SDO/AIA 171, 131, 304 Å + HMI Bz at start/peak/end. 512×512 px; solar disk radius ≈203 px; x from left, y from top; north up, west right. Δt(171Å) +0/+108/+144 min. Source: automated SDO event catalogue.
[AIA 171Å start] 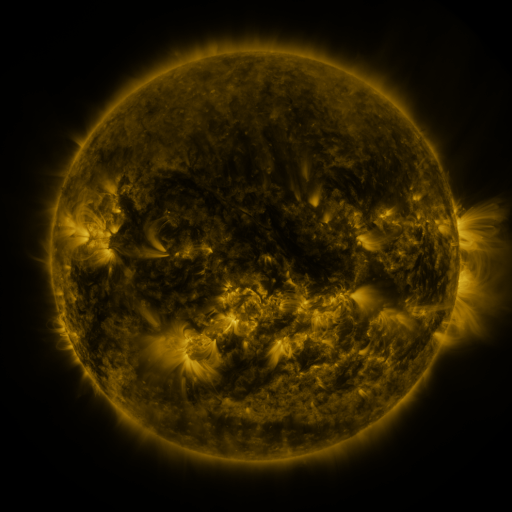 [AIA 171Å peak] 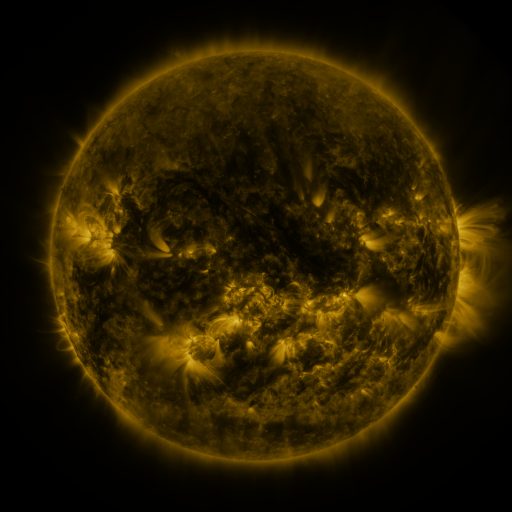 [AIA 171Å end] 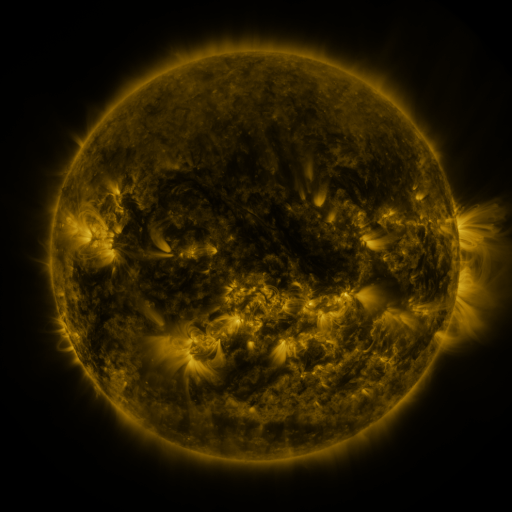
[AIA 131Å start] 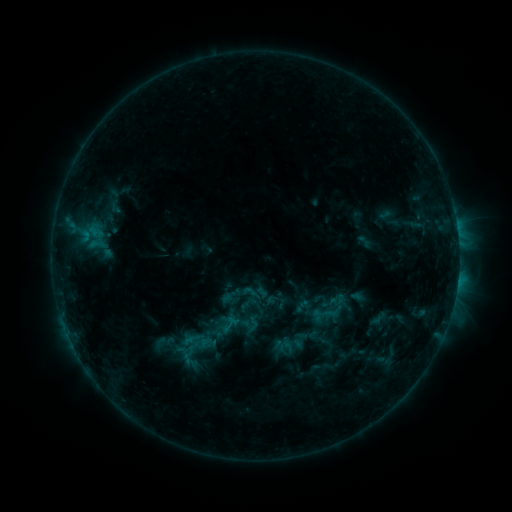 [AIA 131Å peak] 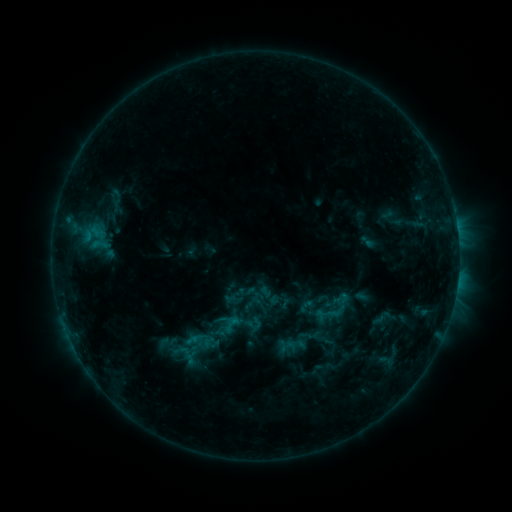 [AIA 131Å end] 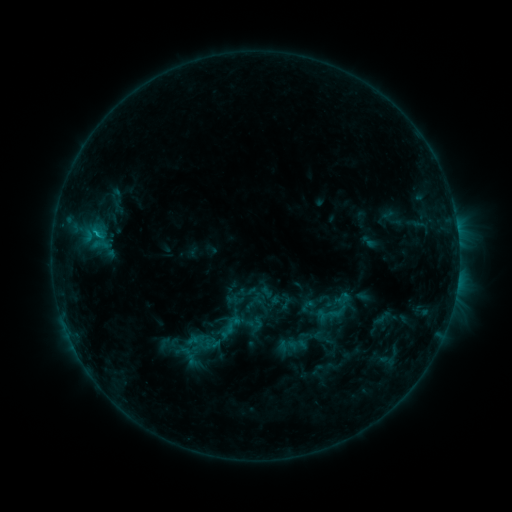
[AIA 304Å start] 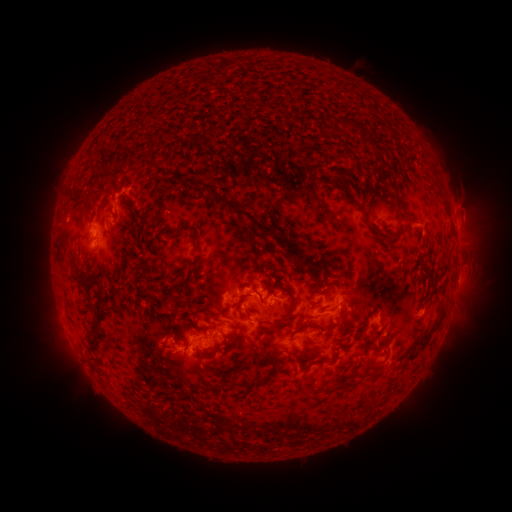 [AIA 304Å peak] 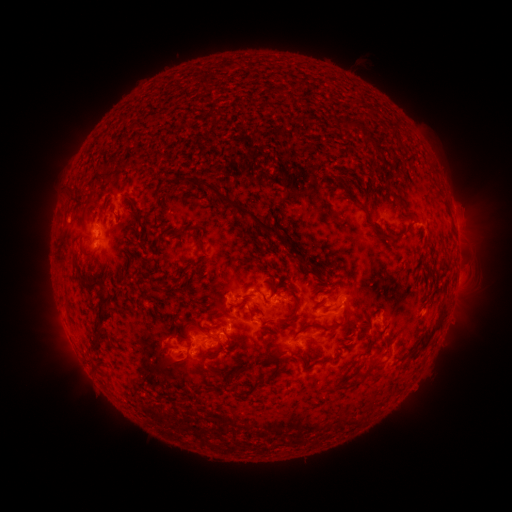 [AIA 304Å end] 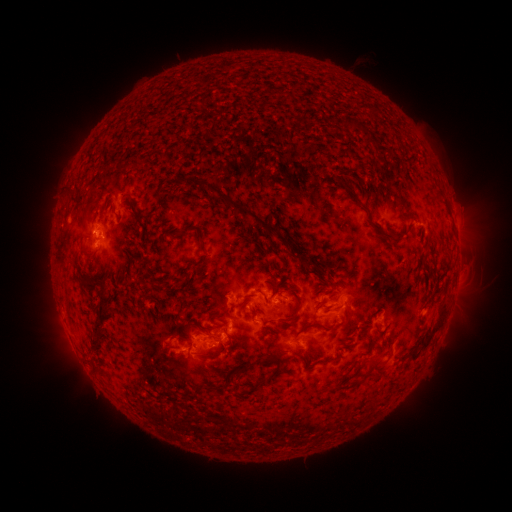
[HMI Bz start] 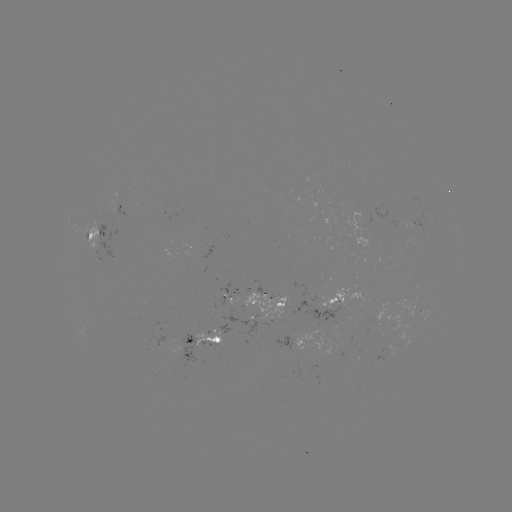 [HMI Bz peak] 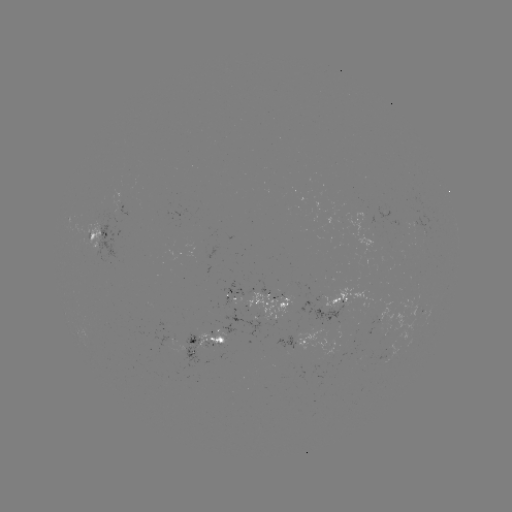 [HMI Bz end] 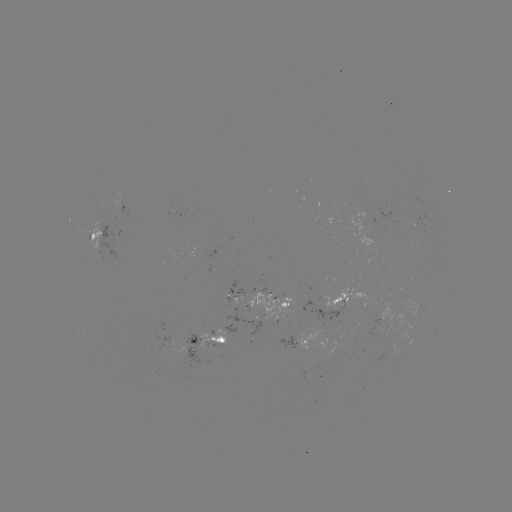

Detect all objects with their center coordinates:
emerging-flux region: (197, 242)
